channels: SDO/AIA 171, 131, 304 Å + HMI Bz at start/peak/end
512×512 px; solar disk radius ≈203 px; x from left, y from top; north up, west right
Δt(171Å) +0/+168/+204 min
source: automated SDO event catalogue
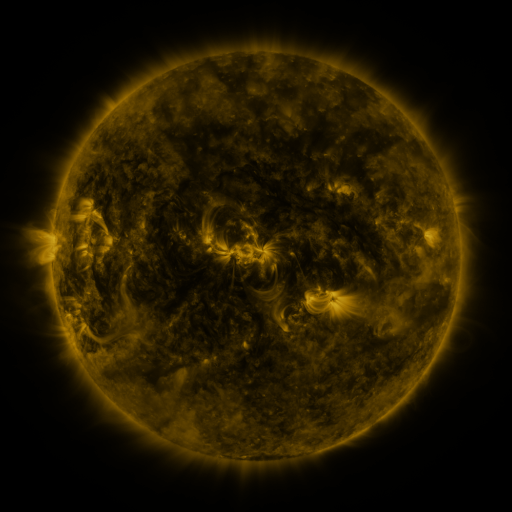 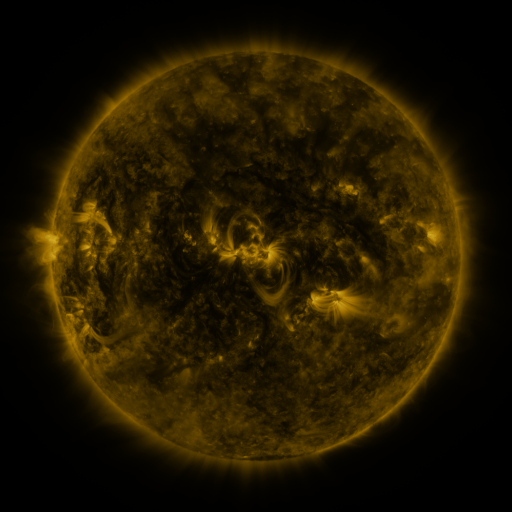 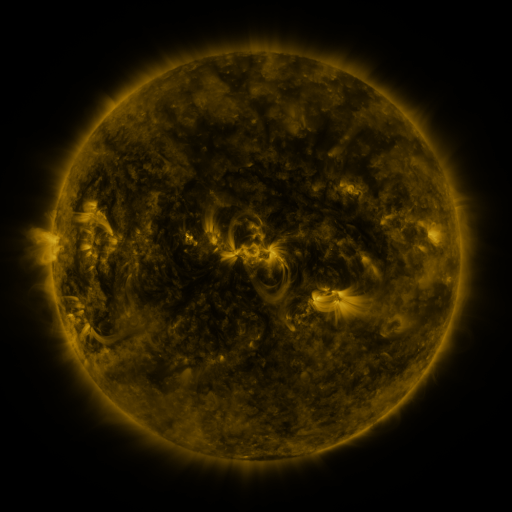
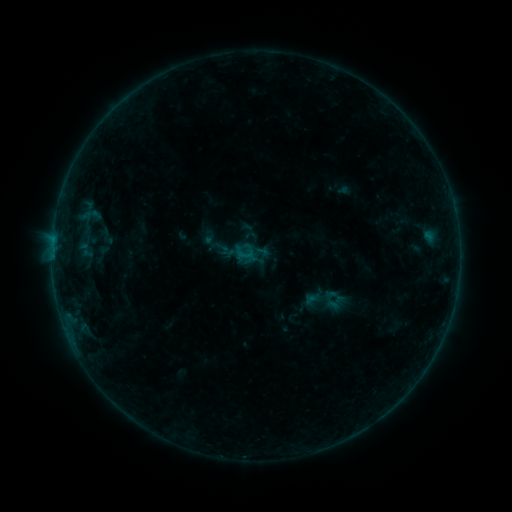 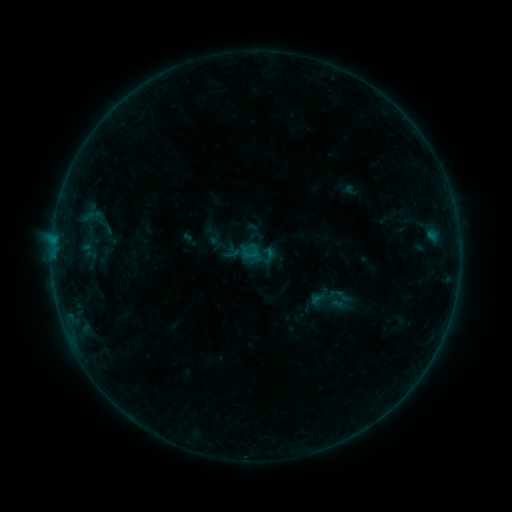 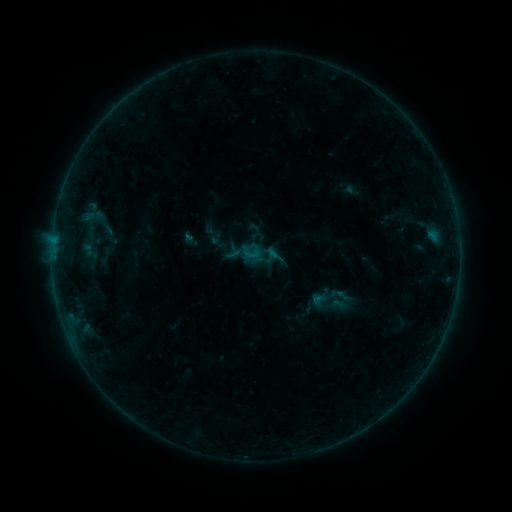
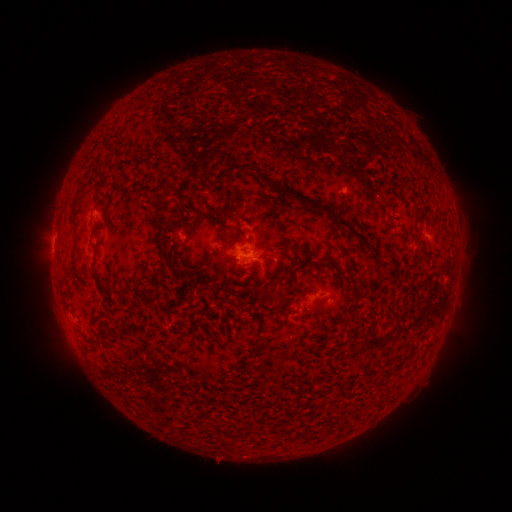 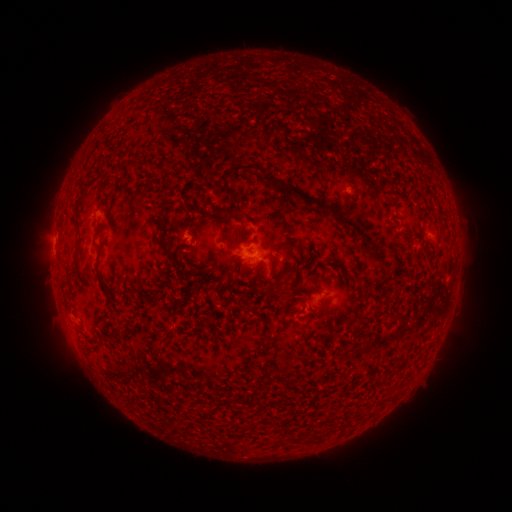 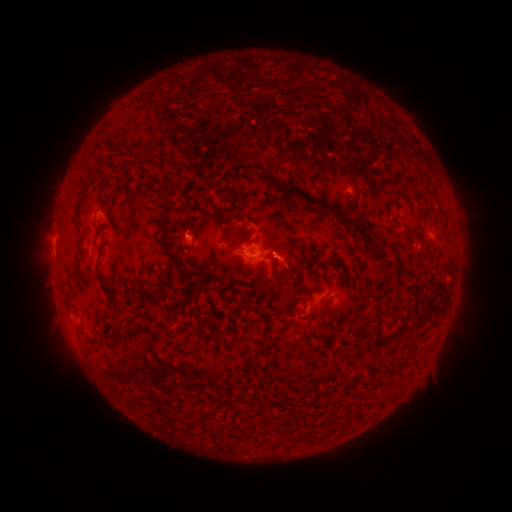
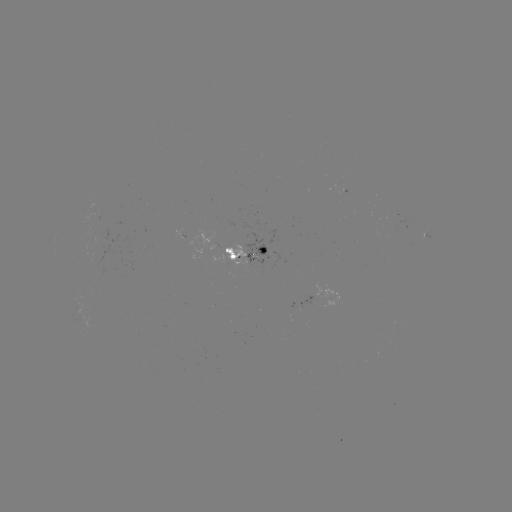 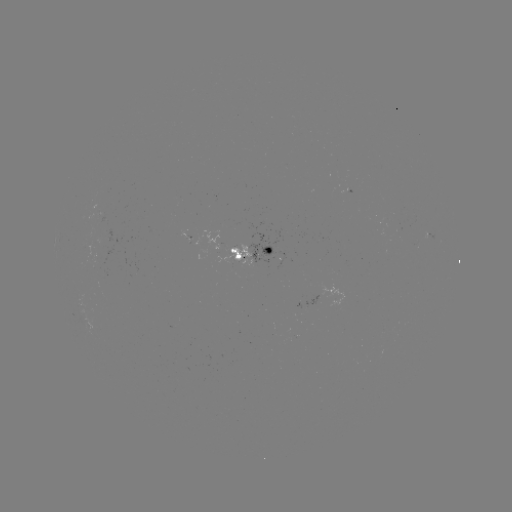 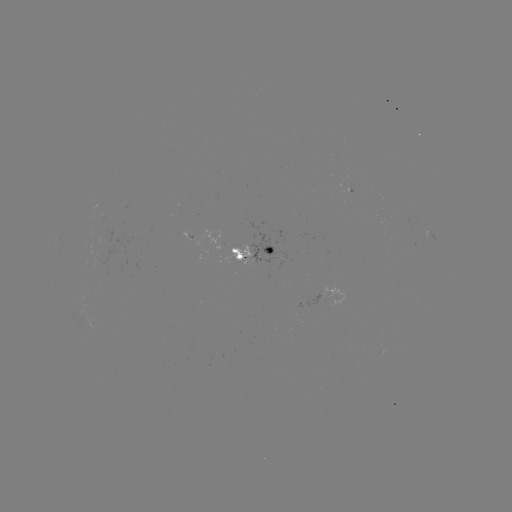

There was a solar emerging-flux region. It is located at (268, 253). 